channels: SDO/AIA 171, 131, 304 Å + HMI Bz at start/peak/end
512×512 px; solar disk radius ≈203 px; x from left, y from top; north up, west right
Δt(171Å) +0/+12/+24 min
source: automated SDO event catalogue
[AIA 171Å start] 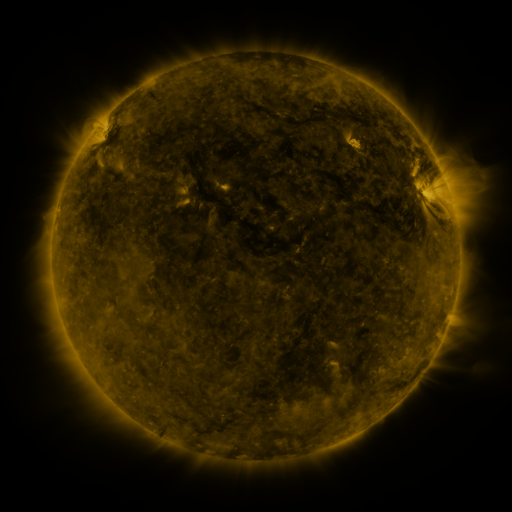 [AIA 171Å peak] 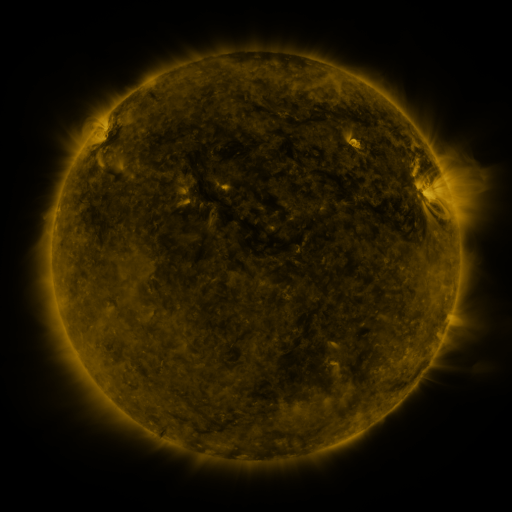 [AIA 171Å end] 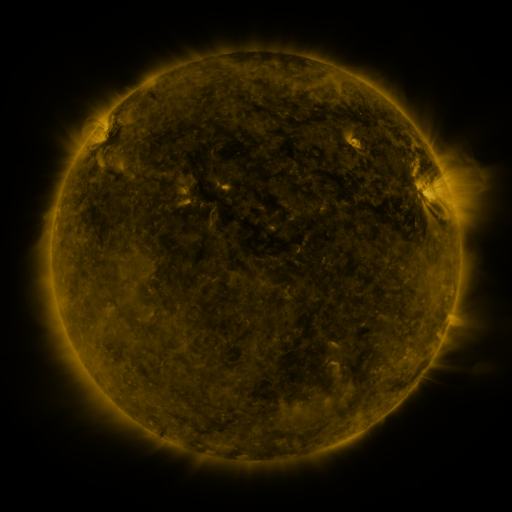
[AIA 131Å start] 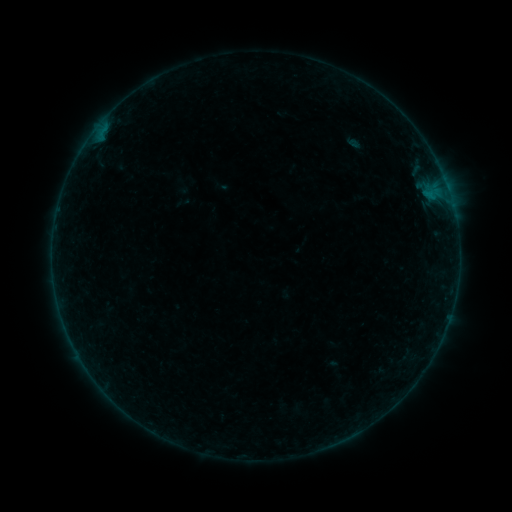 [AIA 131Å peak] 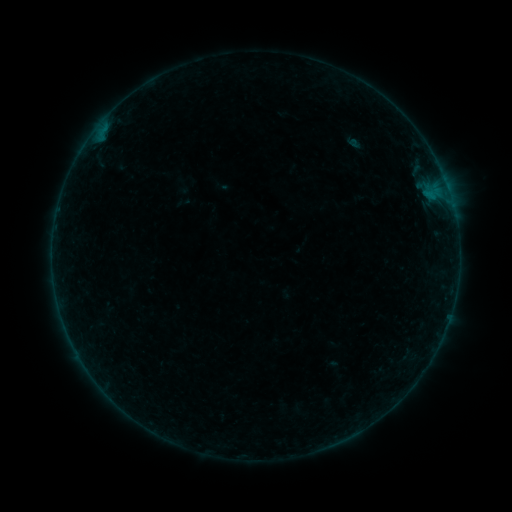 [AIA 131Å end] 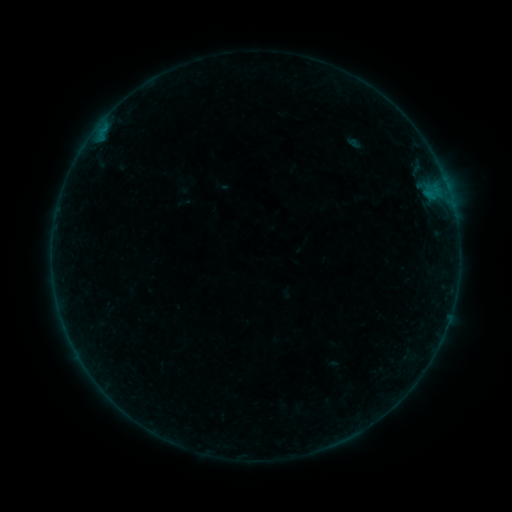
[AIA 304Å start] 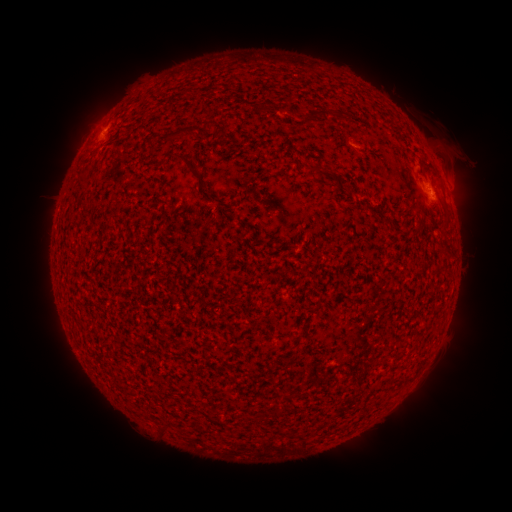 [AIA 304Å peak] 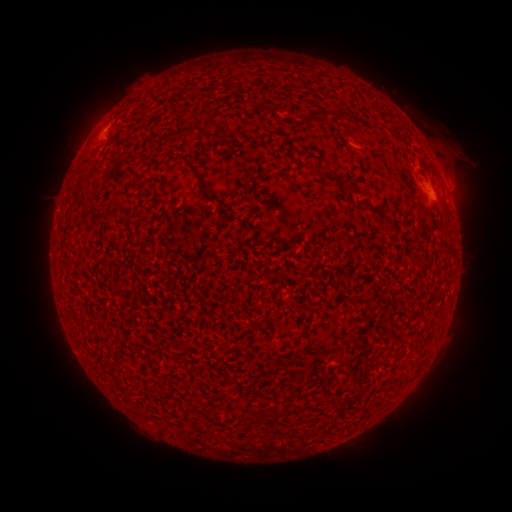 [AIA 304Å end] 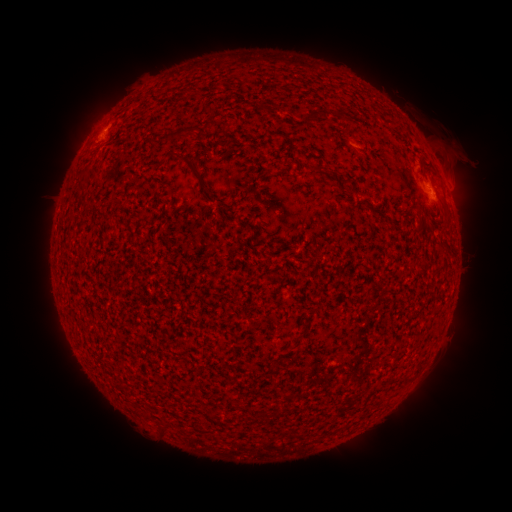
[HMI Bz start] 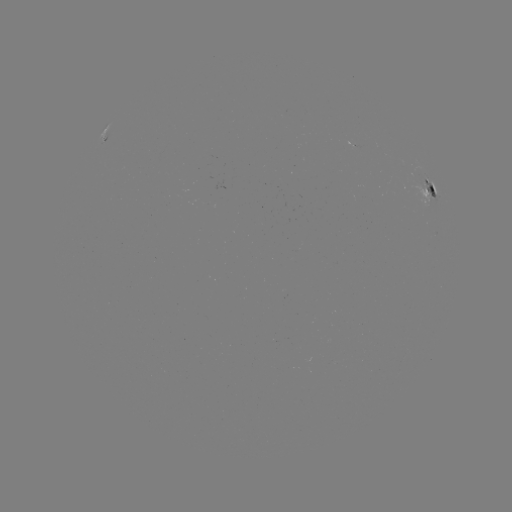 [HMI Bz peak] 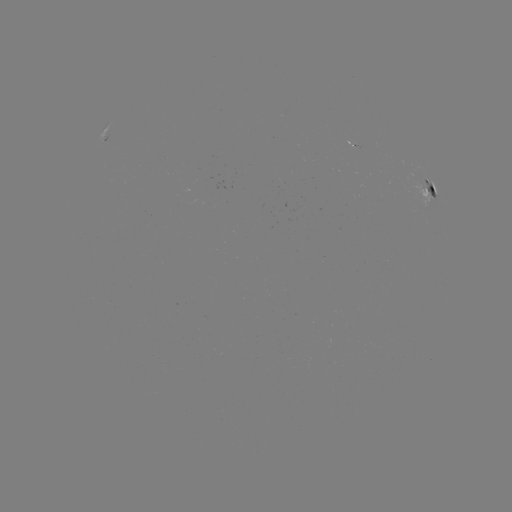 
no catalogued flare and no flagged EUV brightening in this window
